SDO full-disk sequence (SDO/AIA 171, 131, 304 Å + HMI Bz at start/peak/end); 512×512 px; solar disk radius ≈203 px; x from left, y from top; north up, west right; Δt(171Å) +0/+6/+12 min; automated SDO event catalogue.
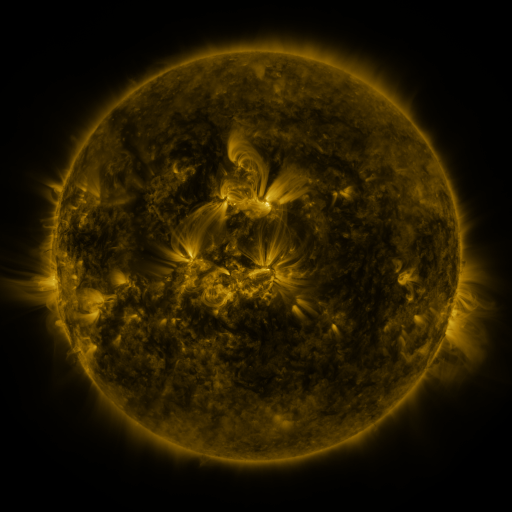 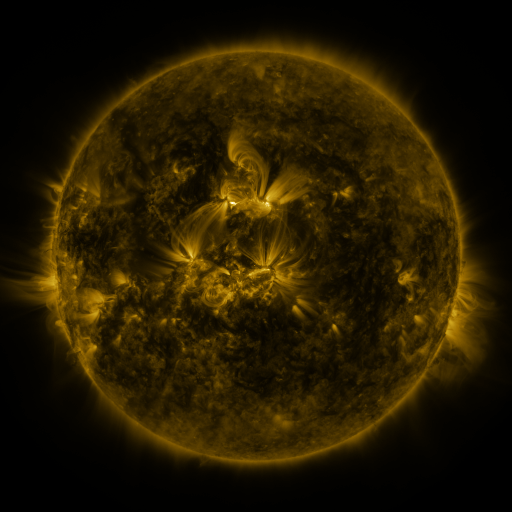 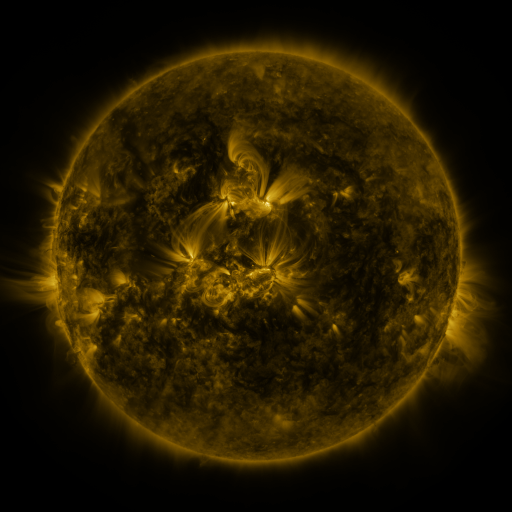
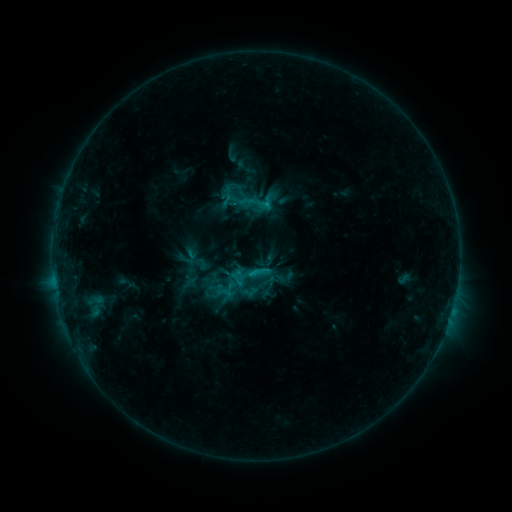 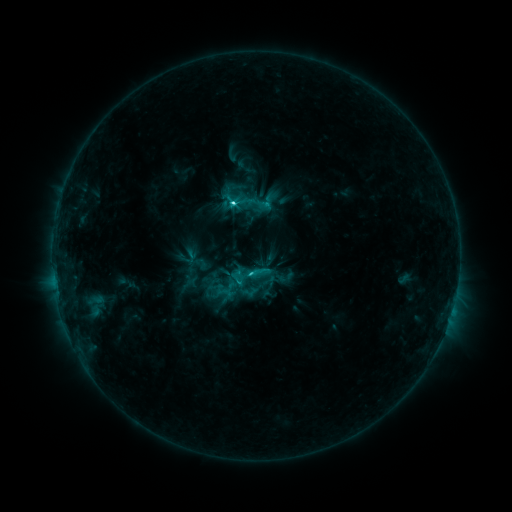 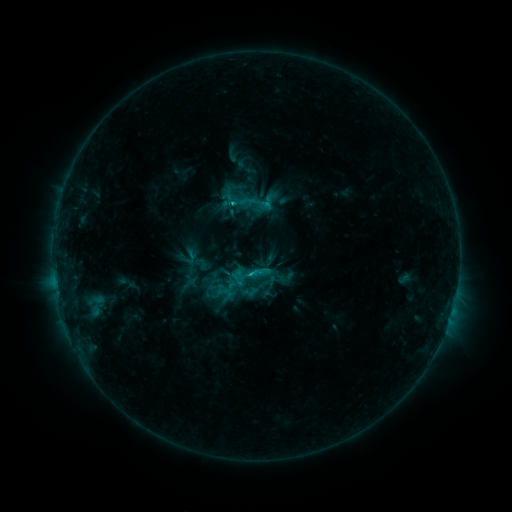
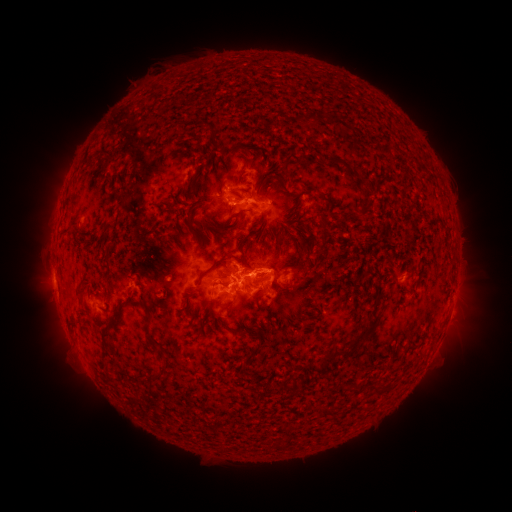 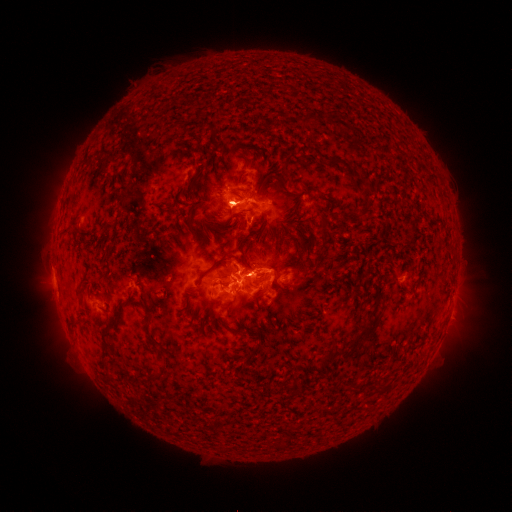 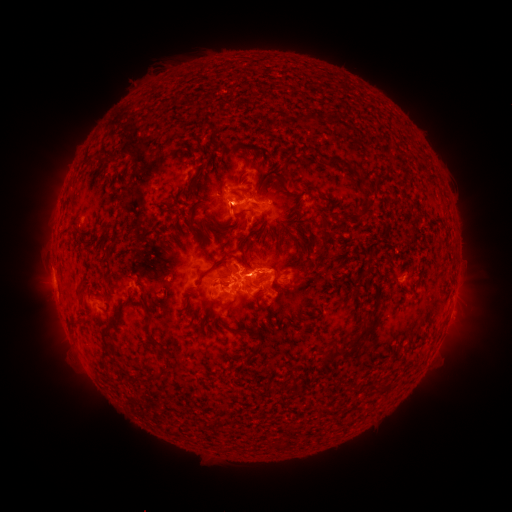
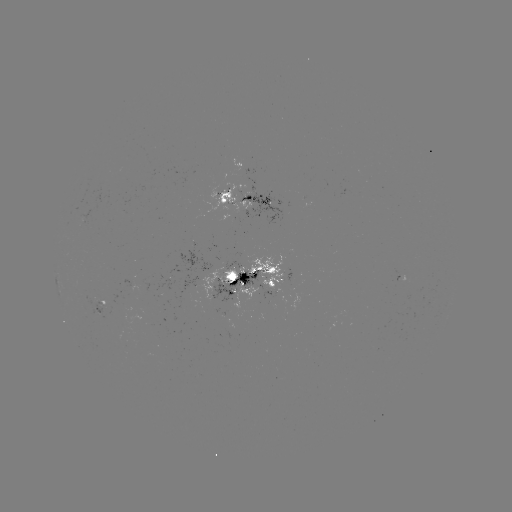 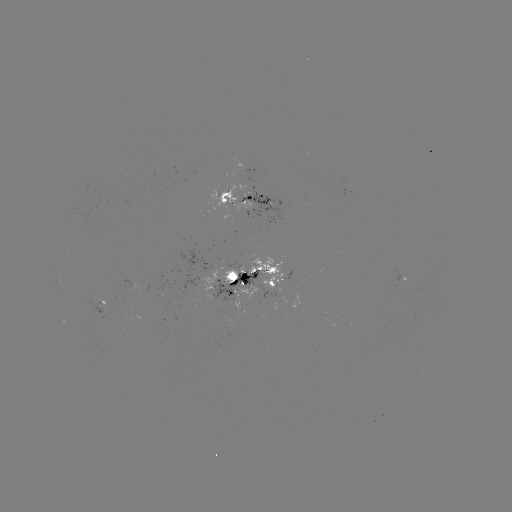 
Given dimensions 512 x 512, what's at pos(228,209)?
eruption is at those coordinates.